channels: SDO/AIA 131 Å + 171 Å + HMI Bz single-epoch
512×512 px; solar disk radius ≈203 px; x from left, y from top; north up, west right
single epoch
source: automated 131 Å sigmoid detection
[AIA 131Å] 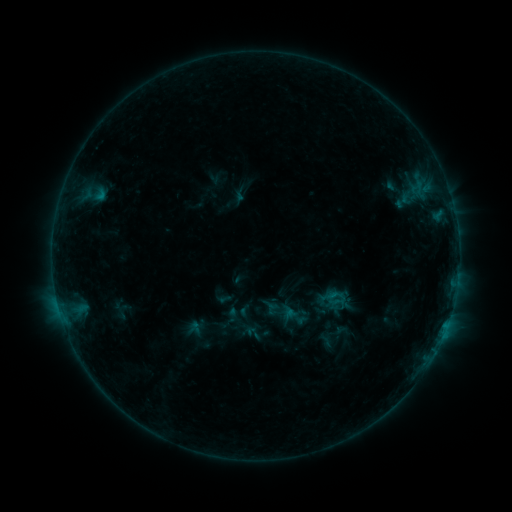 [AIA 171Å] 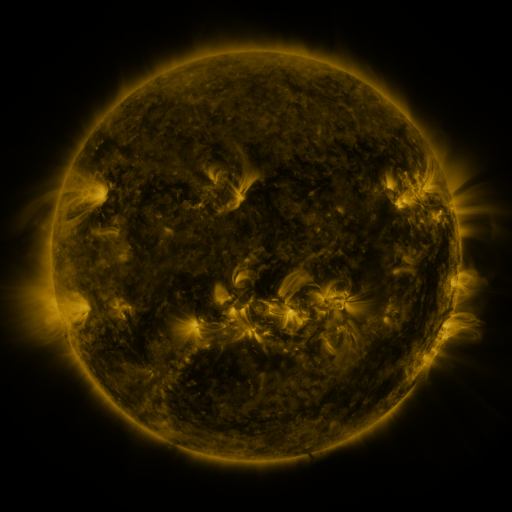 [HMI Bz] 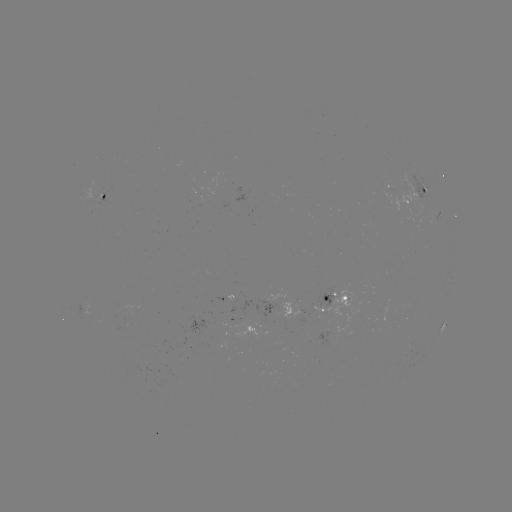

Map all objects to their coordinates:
sigmoid: (196, 328)
